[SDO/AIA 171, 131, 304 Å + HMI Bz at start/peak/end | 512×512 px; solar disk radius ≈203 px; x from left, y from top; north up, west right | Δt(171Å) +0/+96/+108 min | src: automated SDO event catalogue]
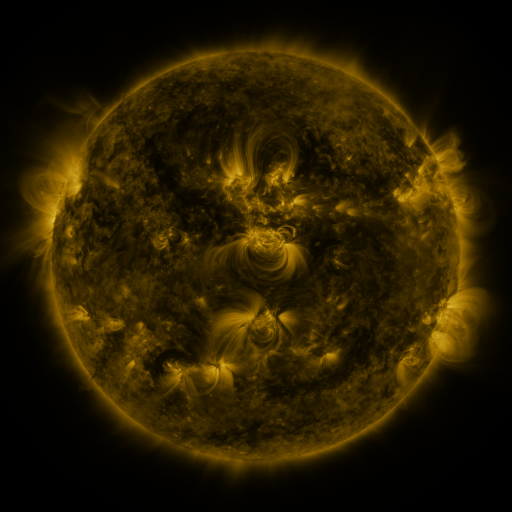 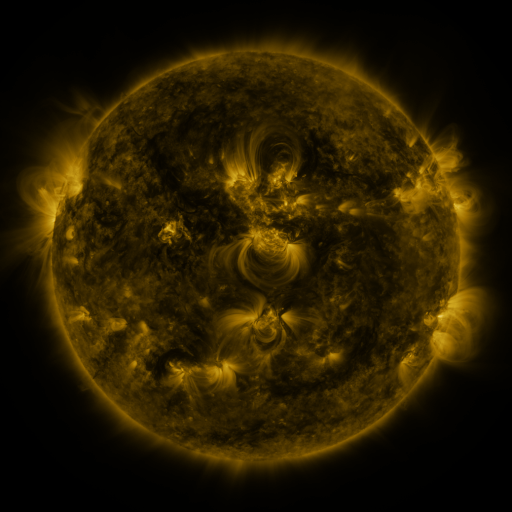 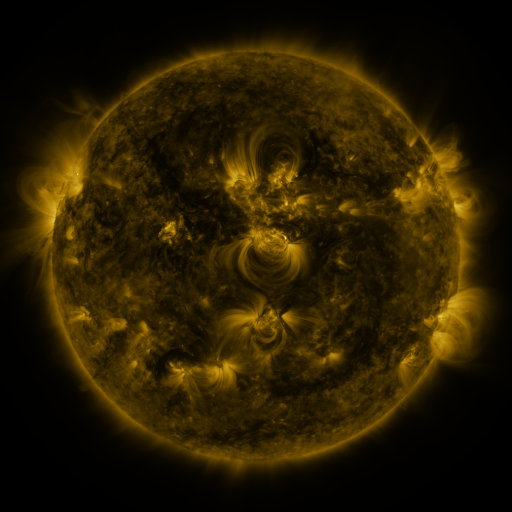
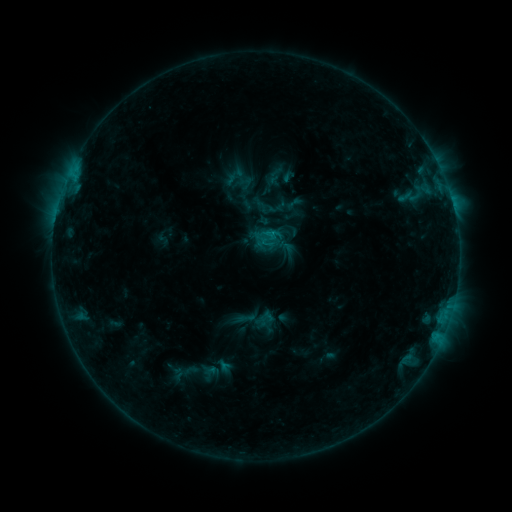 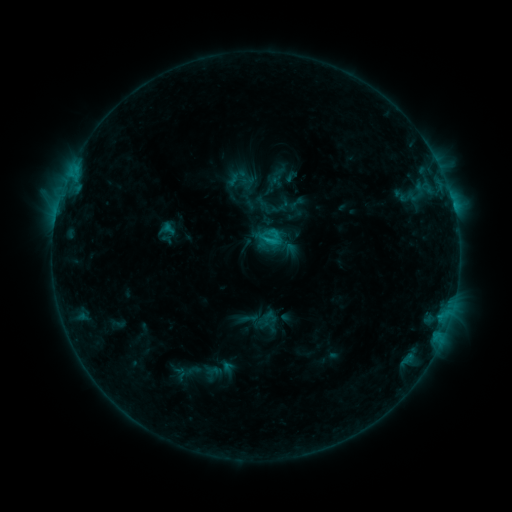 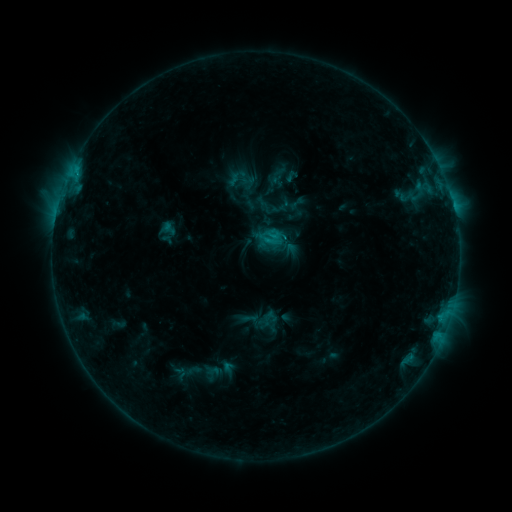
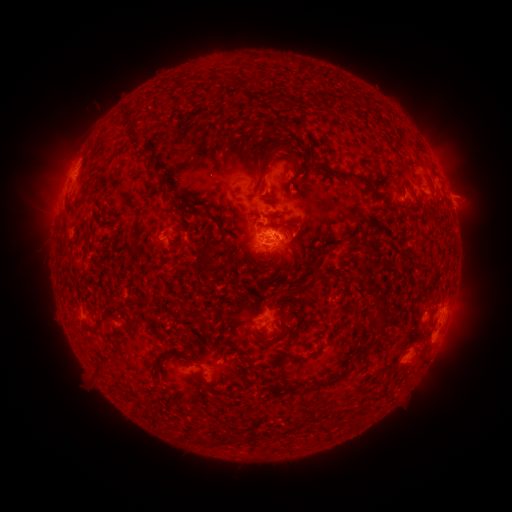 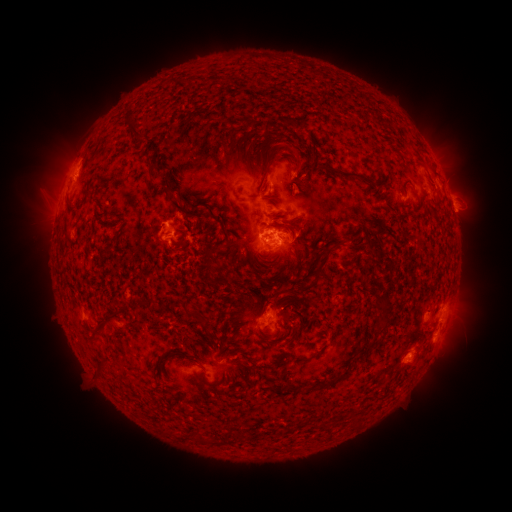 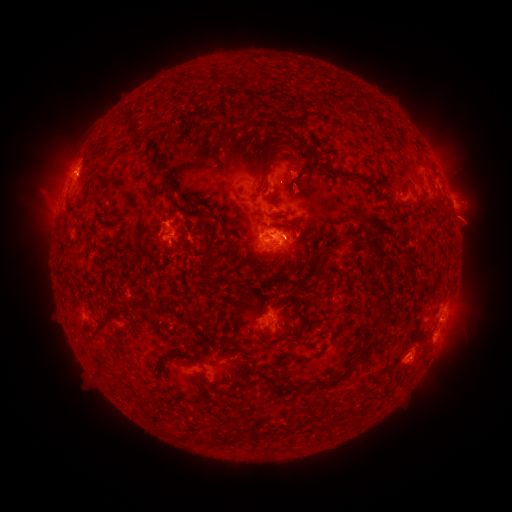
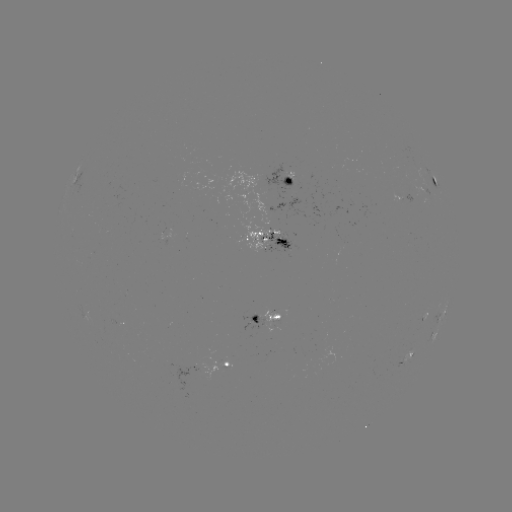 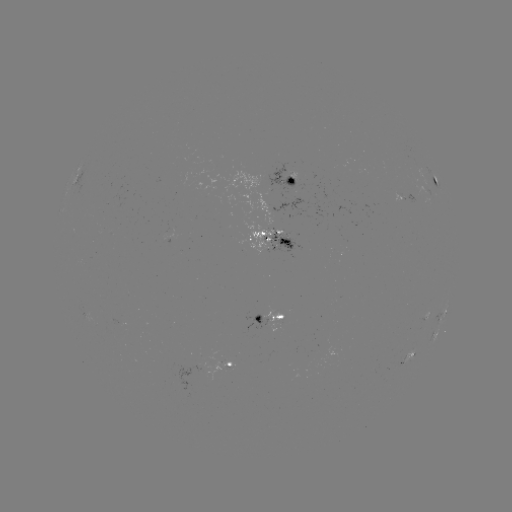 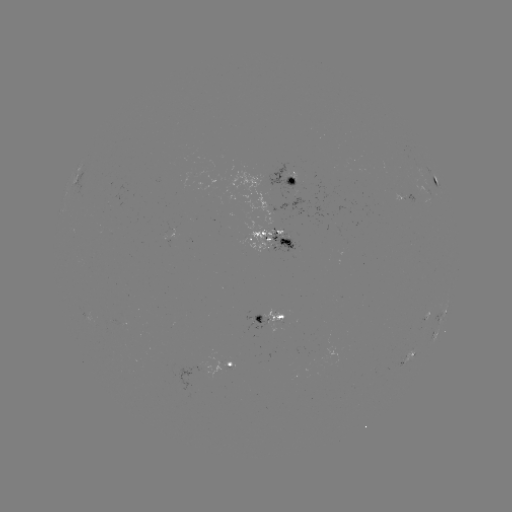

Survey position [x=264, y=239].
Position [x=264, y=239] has emerging-flux region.